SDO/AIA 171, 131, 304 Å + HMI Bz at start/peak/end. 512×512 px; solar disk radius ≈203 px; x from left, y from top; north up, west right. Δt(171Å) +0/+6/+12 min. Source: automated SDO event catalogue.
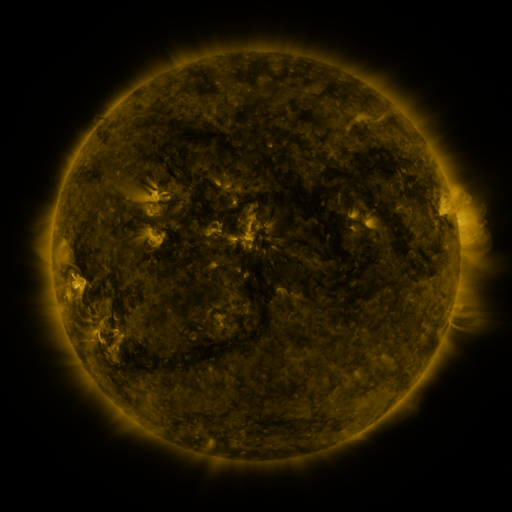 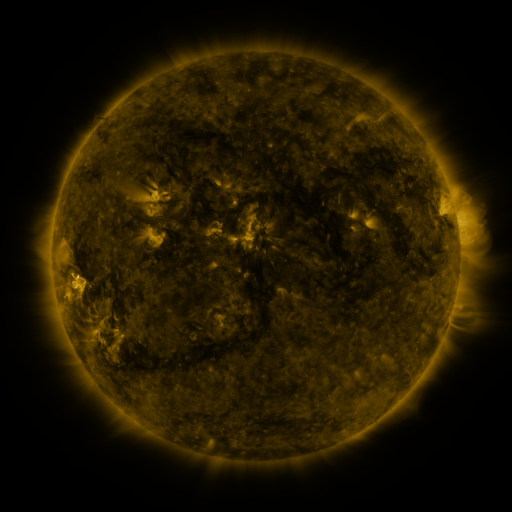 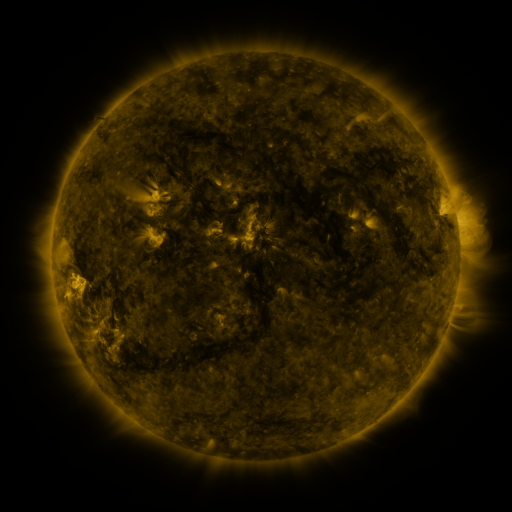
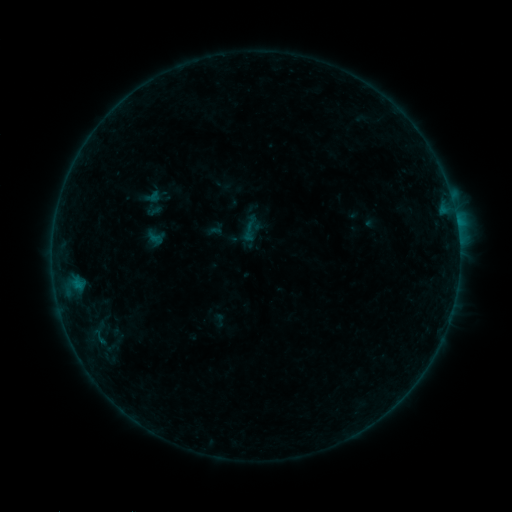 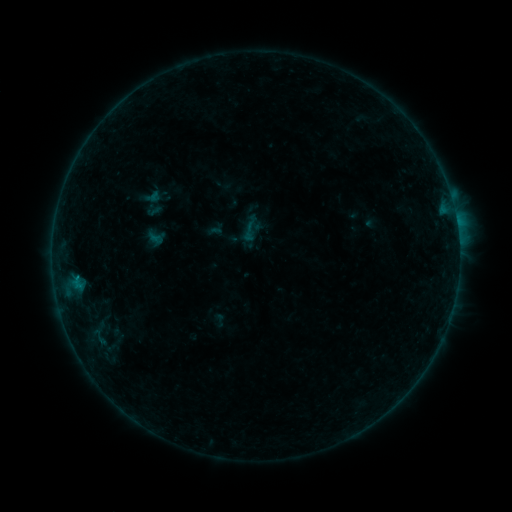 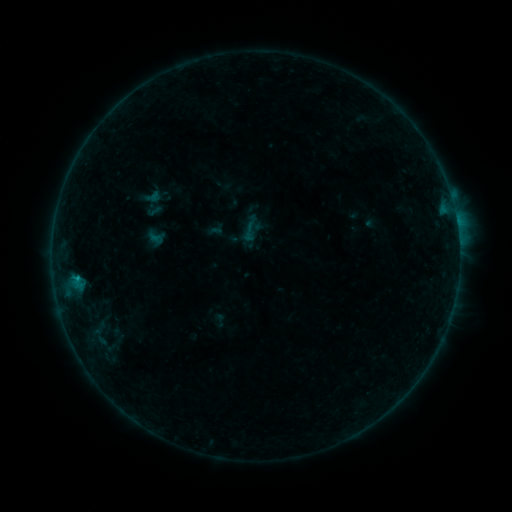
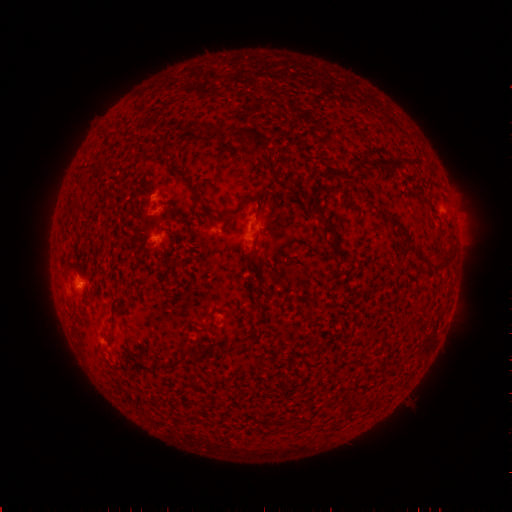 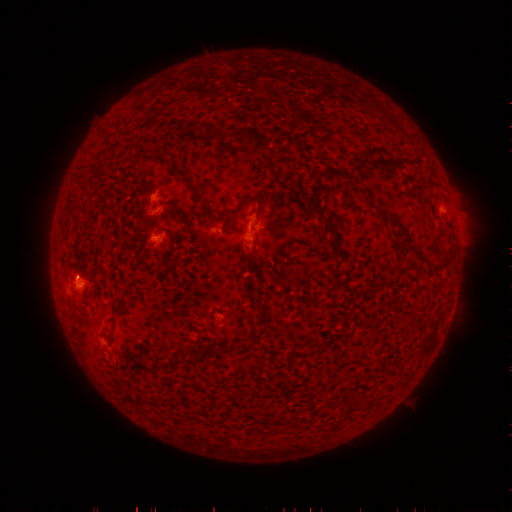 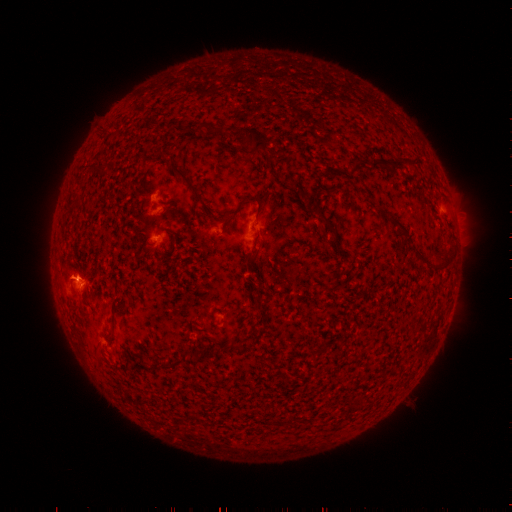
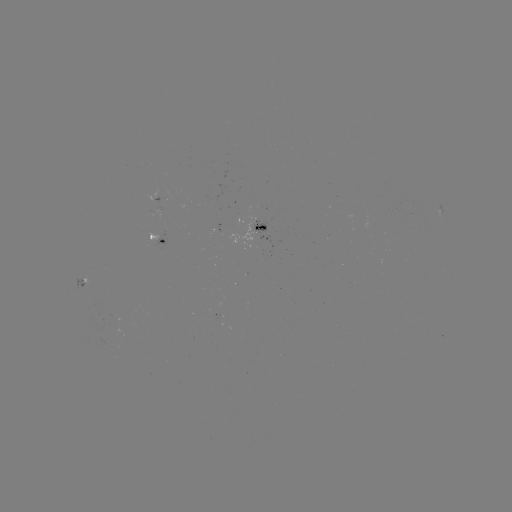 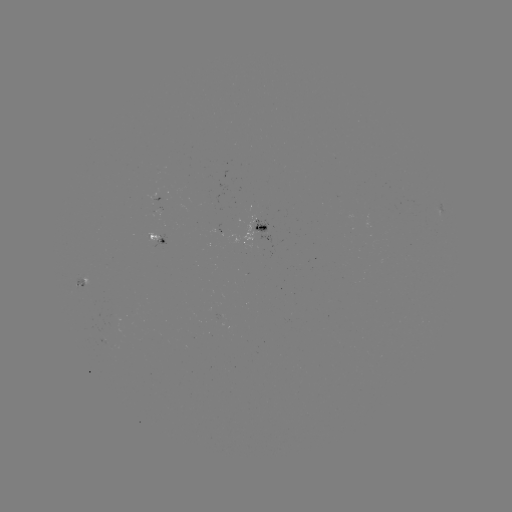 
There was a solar flare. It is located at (78, 275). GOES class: B3.8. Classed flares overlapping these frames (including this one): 1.